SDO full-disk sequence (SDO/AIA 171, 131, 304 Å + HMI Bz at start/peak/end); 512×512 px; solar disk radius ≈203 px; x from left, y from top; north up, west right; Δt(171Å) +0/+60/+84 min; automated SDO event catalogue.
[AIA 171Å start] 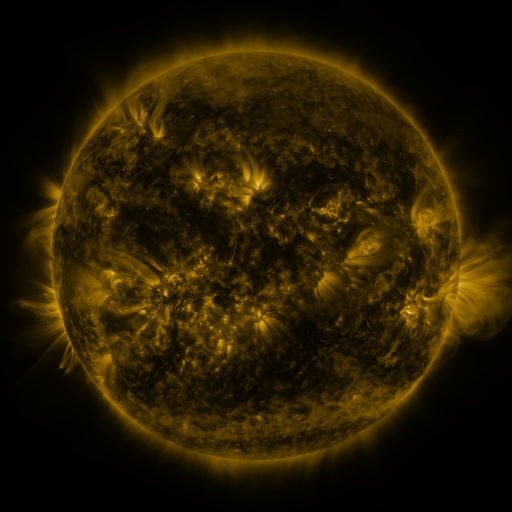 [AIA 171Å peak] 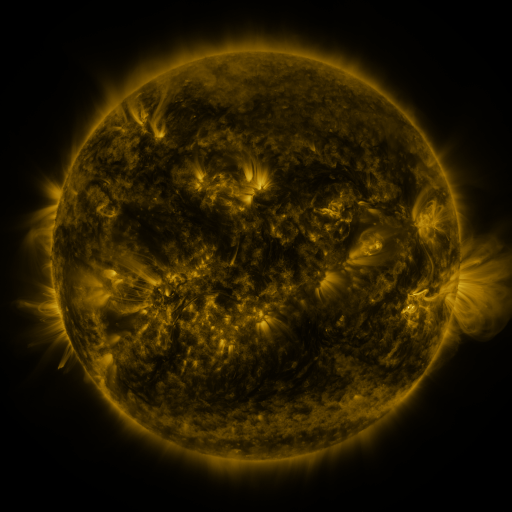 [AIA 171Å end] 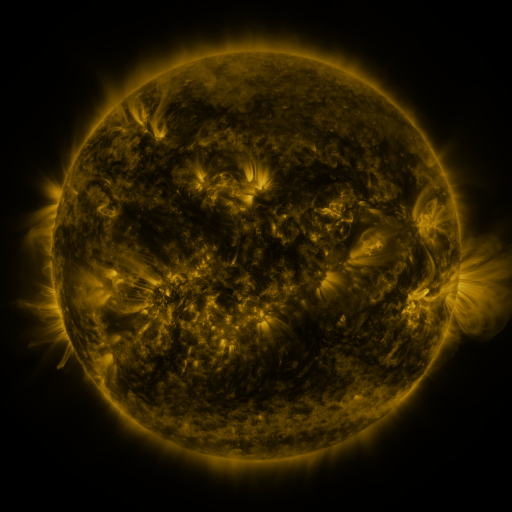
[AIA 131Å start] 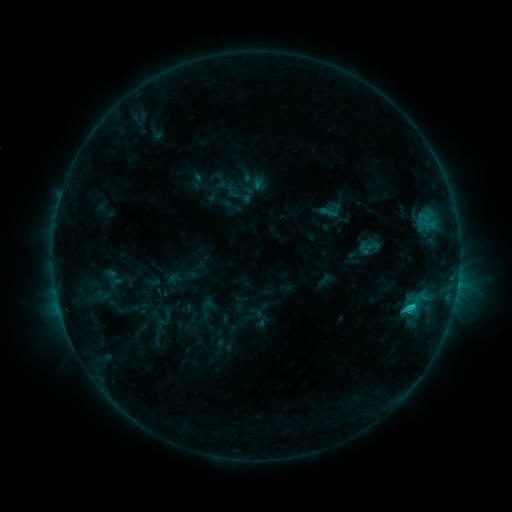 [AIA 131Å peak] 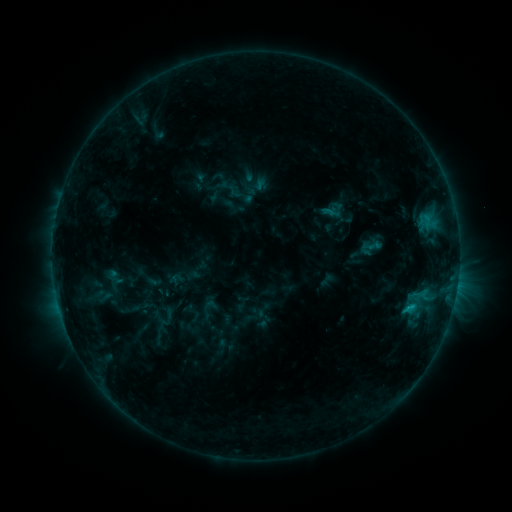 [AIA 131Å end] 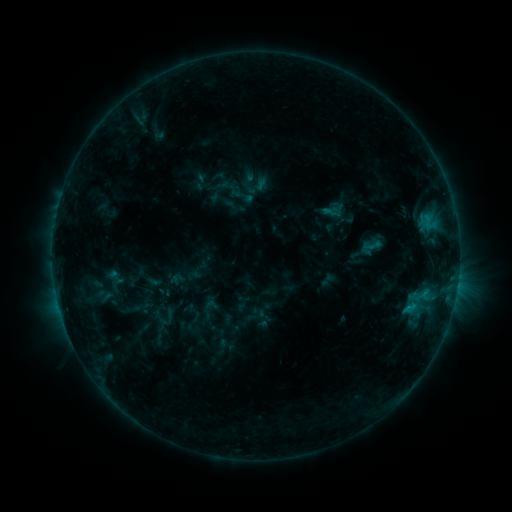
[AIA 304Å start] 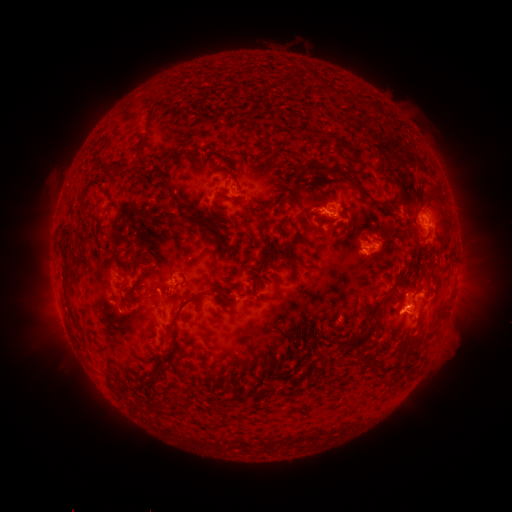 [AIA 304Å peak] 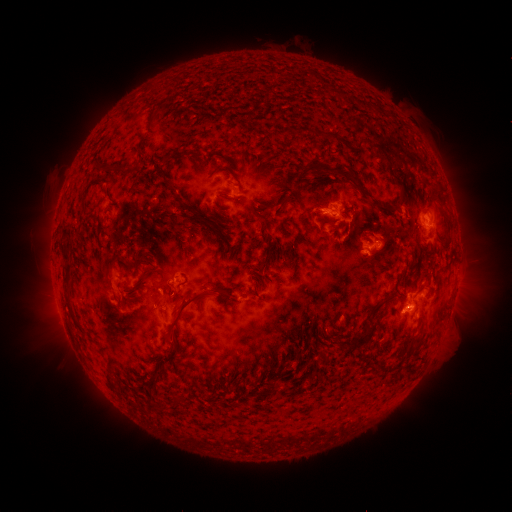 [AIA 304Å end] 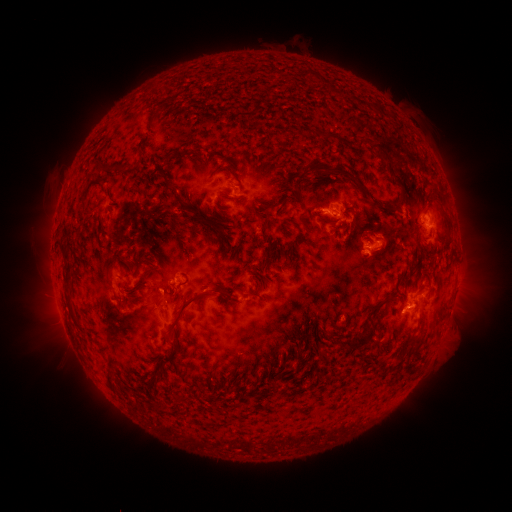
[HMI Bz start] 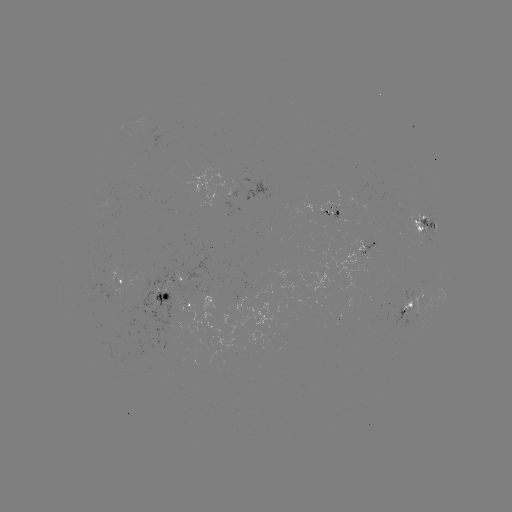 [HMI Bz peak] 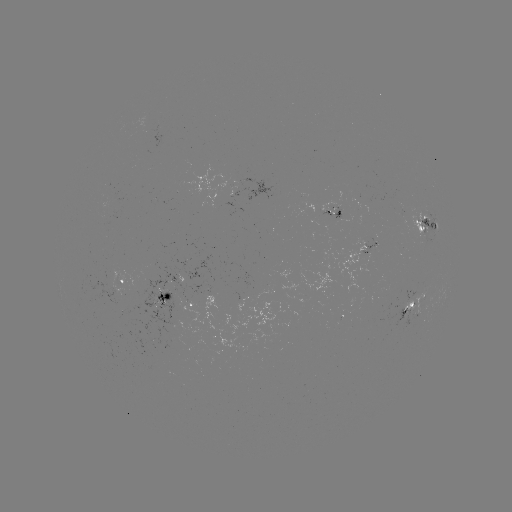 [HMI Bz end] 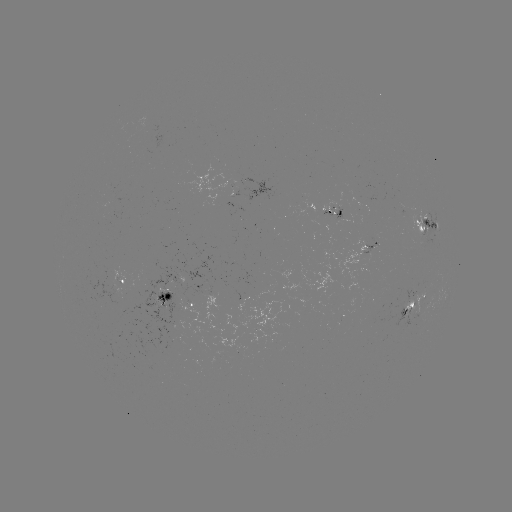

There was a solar emerging-flux region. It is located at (411, 306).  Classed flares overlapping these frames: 1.